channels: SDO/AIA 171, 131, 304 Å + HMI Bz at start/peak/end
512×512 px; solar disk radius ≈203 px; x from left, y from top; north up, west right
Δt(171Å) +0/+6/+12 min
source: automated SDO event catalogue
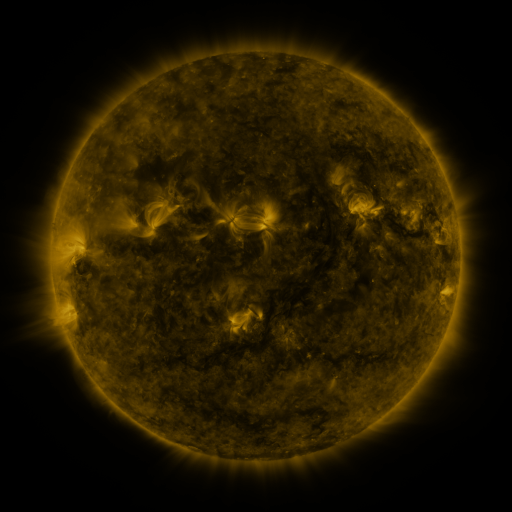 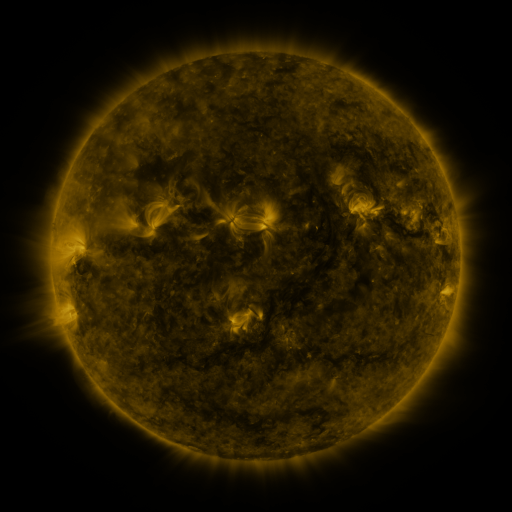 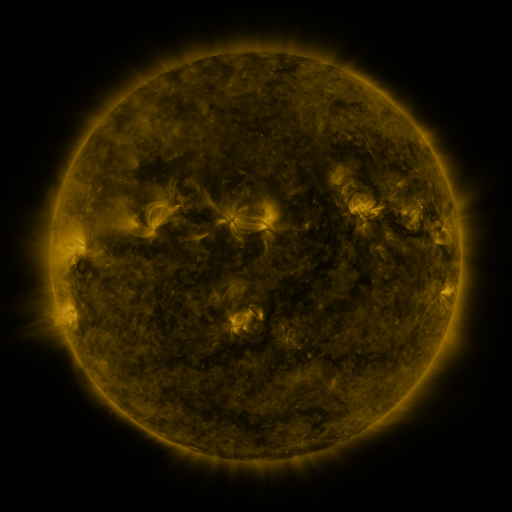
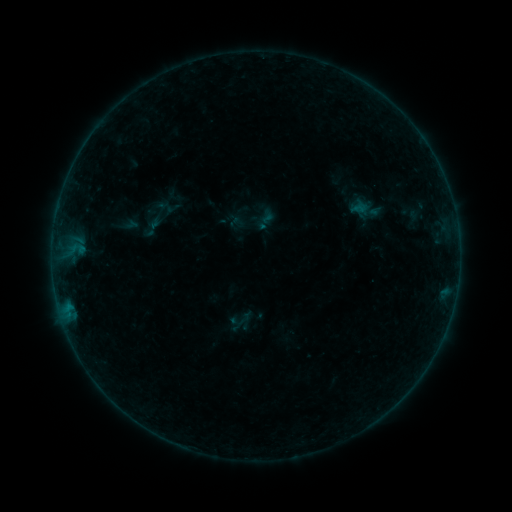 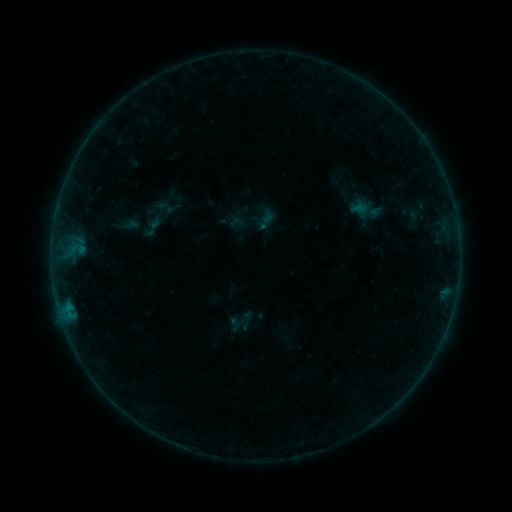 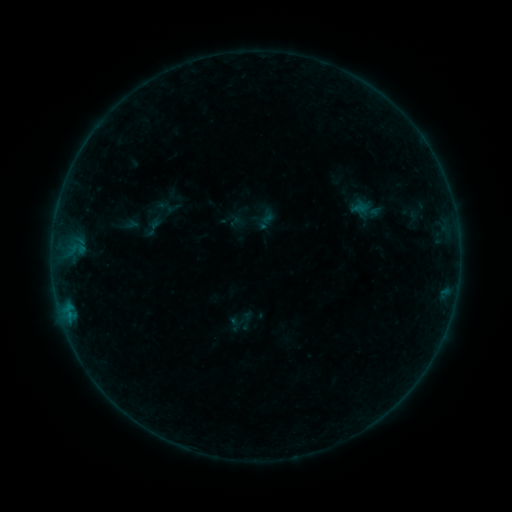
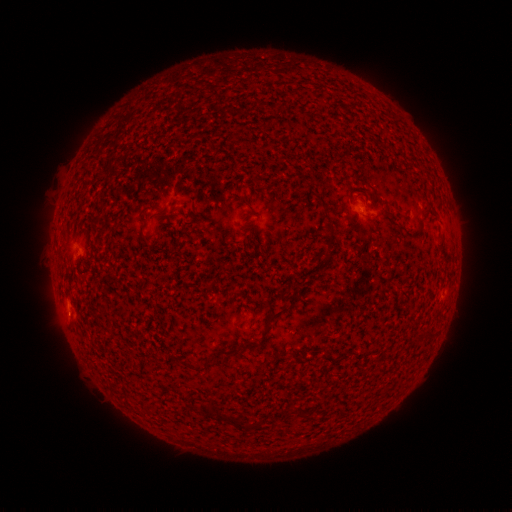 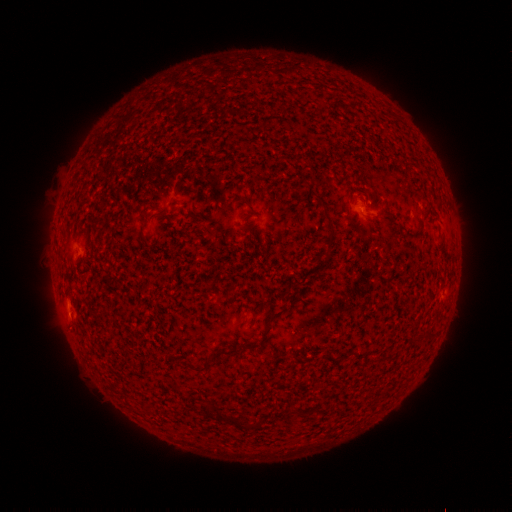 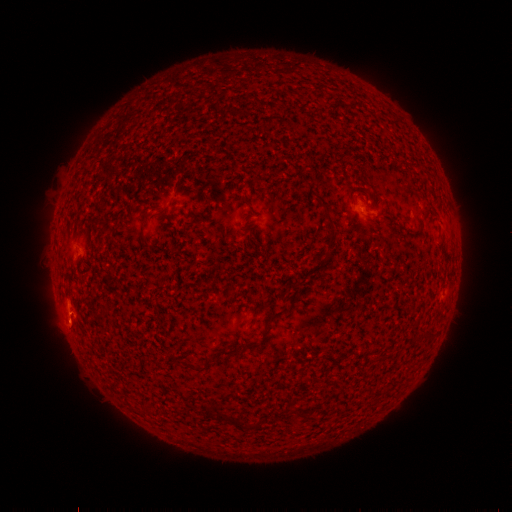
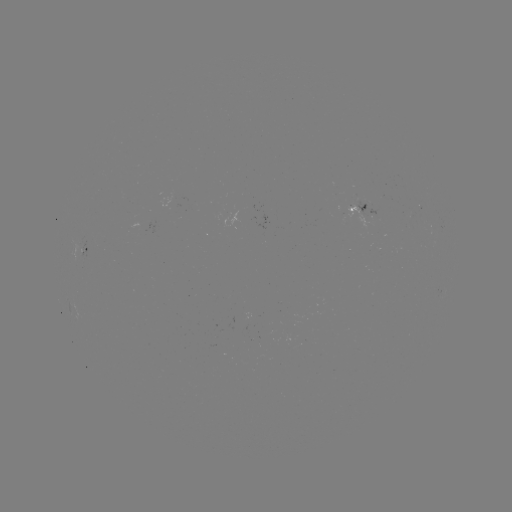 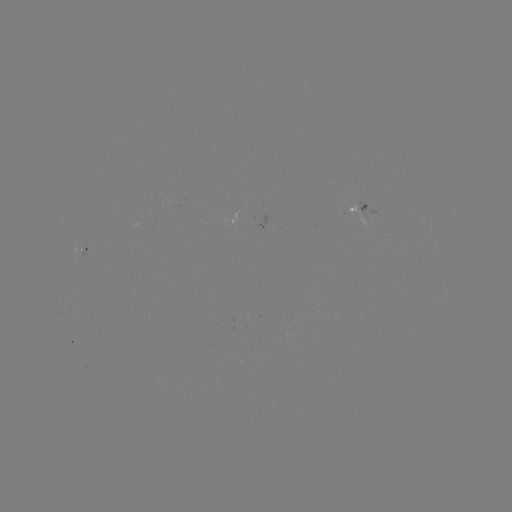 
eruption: <bbox>46, 300, 93, 348</bbox>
